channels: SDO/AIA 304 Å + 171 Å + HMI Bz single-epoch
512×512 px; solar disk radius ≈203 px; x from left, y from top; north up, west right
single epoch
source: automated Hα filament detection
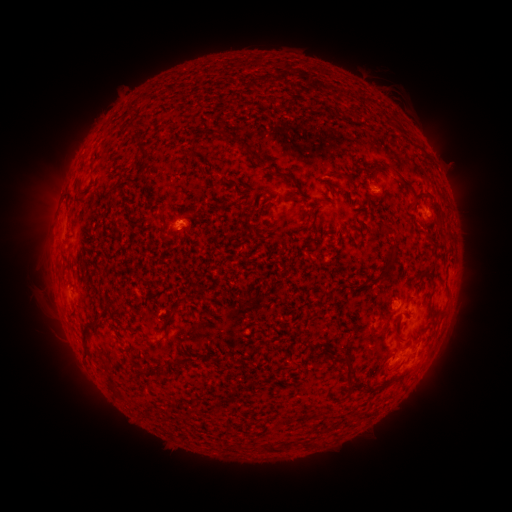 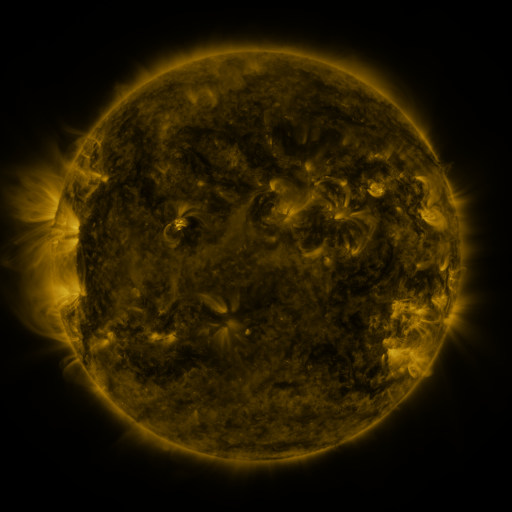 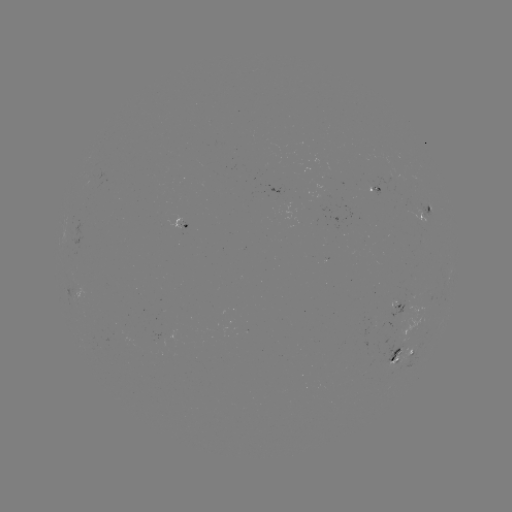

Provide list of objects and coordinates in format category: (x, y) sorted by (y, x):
filament: (129, 110)
filament: (91, 171)
filament: (343, 175)
filament: (287, 176)
filament: (404, 181)
filament: (78, 191)
filament: (287, 199)
filament: (324, 200)
filament: (382, 277)
filament: (110, 308)
filament: (442, 311)
filament: (382, 314)
filament: (400, 335)
filament: (85, 338)
filament: (310, 342)
filament: (332, 354)
filament: (351, 368)
filament: (163, 369)
filament: (142, 372)
filament: (275, 448)
